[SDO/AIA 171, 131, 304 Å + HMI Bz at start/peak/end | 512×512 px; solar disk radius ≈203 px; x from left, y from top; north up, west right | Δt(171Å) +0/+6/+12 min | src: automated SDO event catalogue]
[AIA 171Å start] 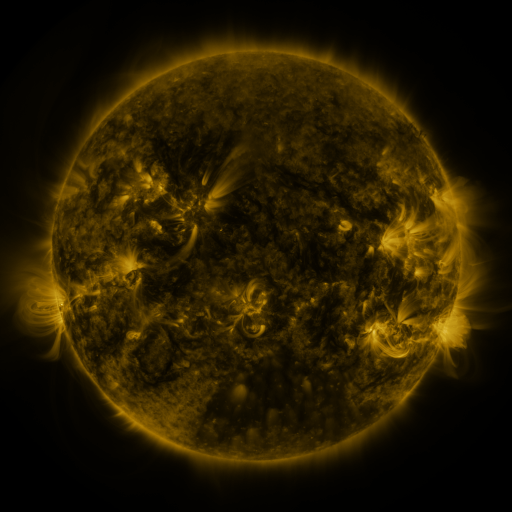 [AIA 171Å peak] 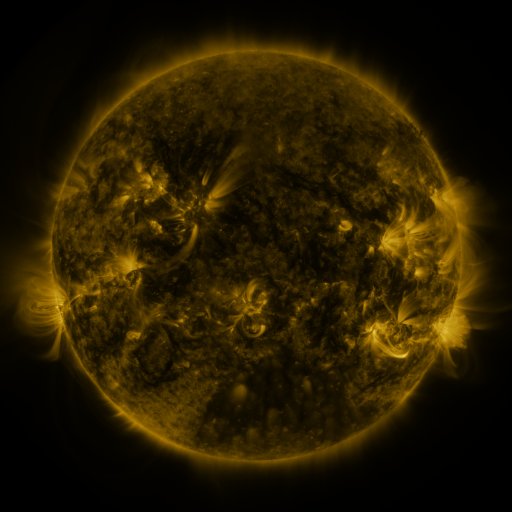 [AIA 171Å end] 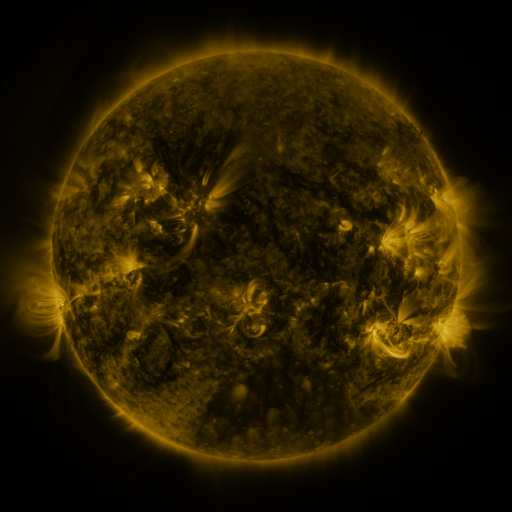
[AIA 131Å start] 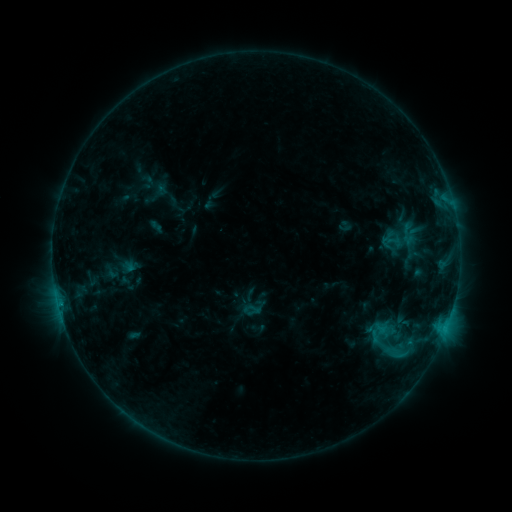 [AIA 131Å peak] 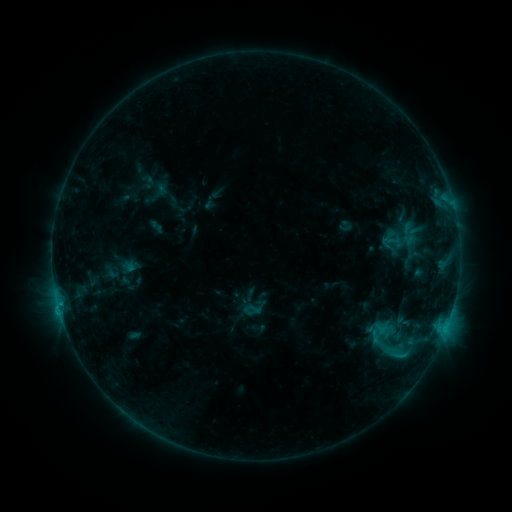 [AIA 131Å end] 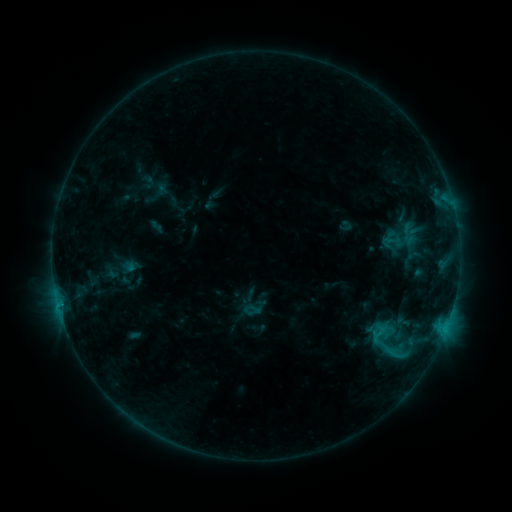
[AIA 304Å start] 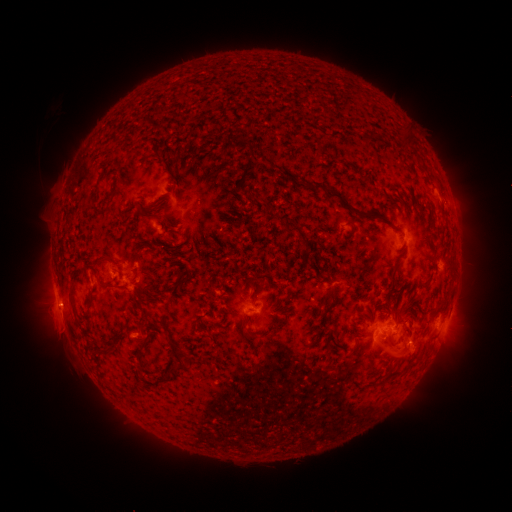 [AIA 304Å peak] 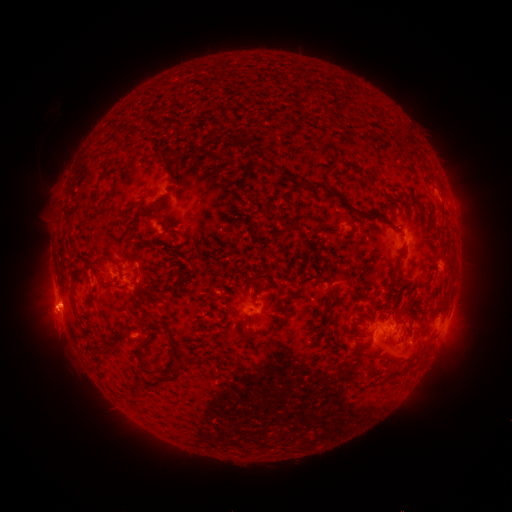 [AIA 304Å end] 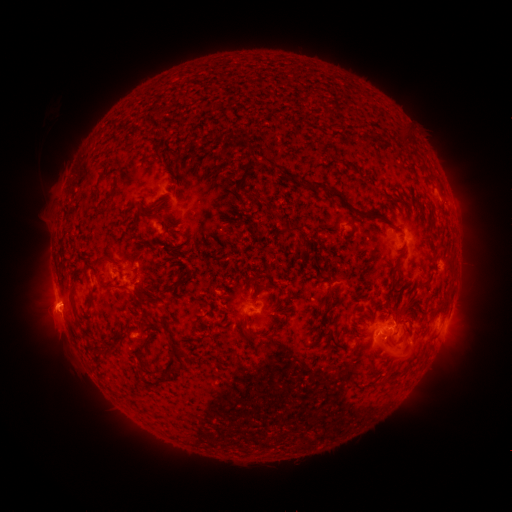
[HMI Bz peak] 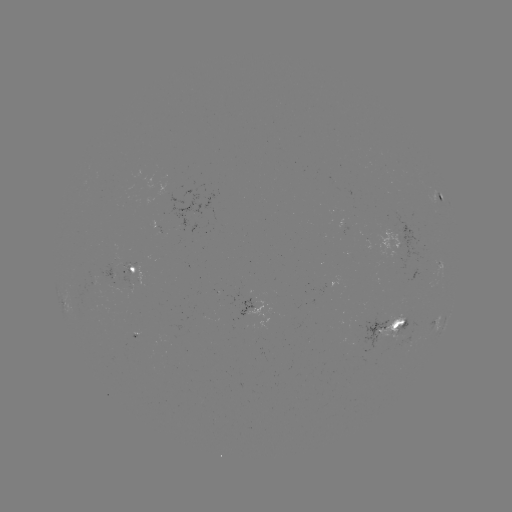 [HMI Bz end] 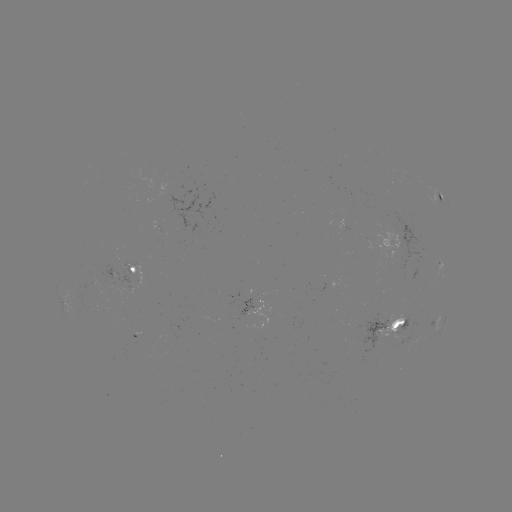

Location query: eruption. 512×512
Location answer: (49, 320).